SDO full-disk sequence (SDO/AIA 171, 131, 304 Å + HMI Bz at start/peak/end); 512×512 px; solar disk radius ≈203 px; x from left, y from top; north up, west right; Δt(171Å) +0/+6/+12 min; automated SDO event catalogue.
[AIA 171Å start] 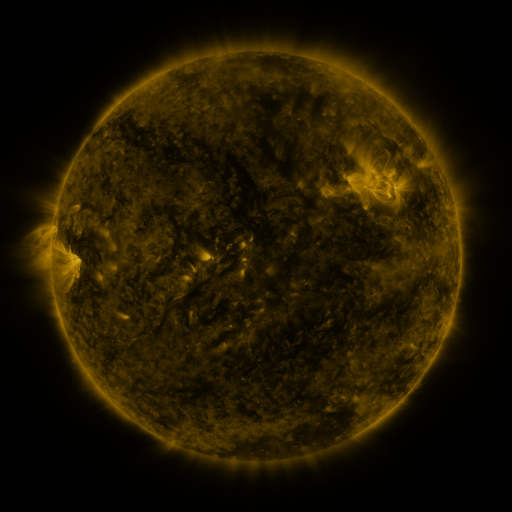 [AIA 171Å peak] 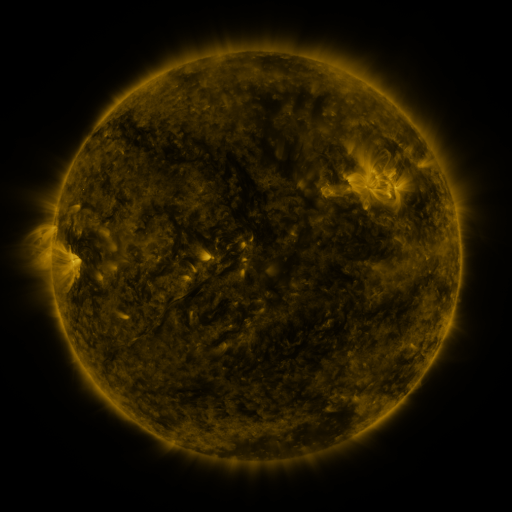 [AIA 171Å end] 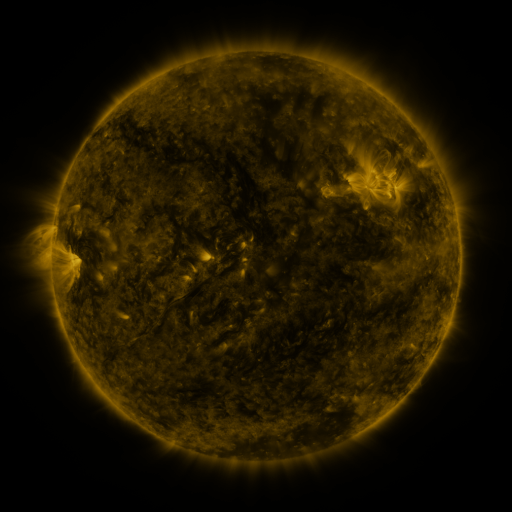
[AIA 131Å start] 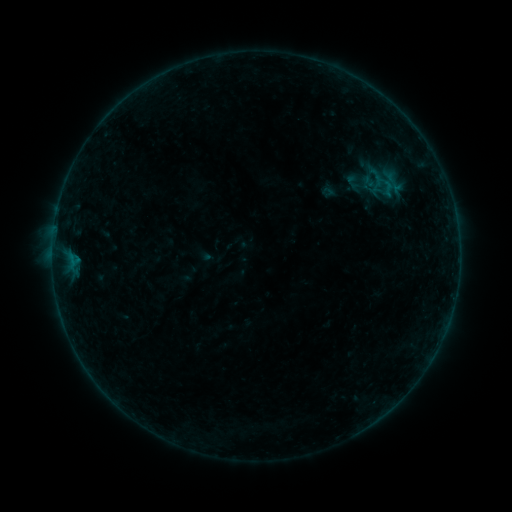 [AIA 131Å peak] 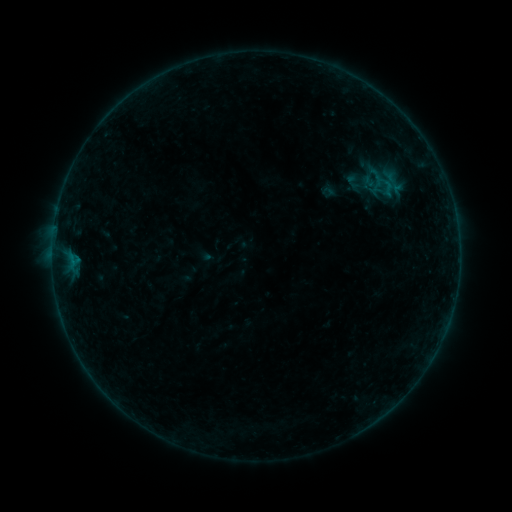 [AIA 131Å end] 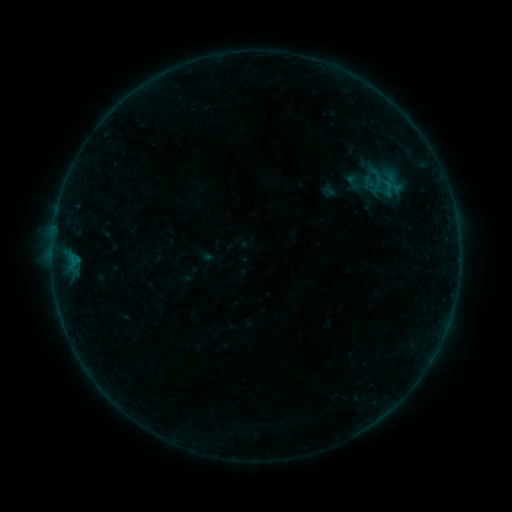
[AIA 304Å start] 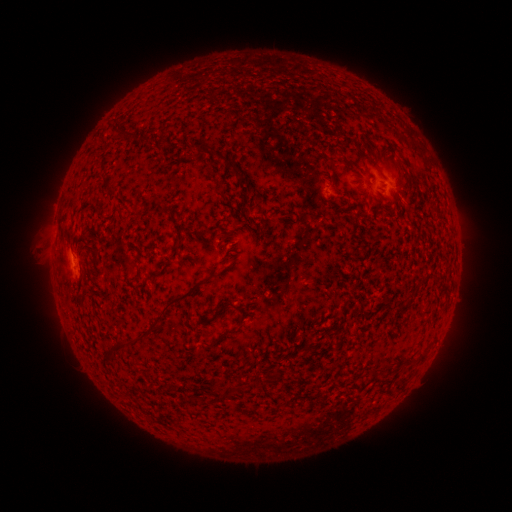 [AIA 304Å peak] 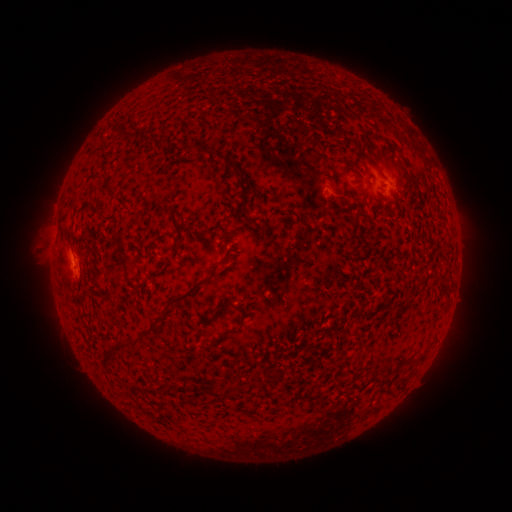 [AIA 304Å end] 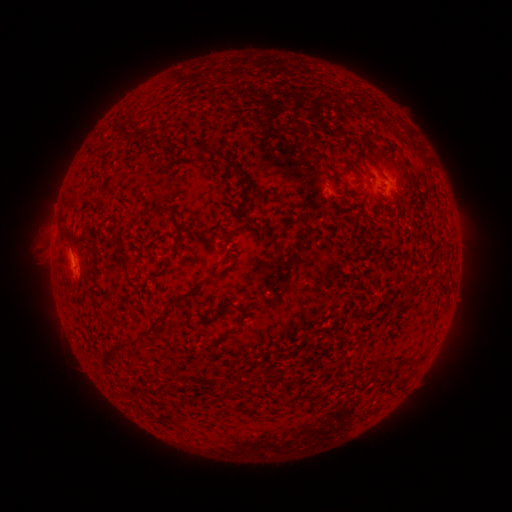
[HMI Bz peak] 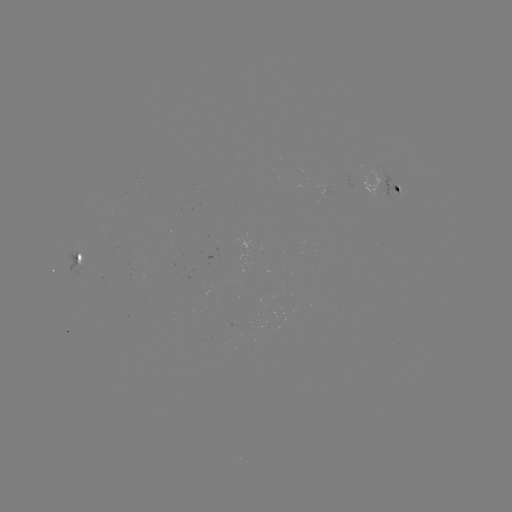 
nothing was catalogued: no classed flare, no EUV trigger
